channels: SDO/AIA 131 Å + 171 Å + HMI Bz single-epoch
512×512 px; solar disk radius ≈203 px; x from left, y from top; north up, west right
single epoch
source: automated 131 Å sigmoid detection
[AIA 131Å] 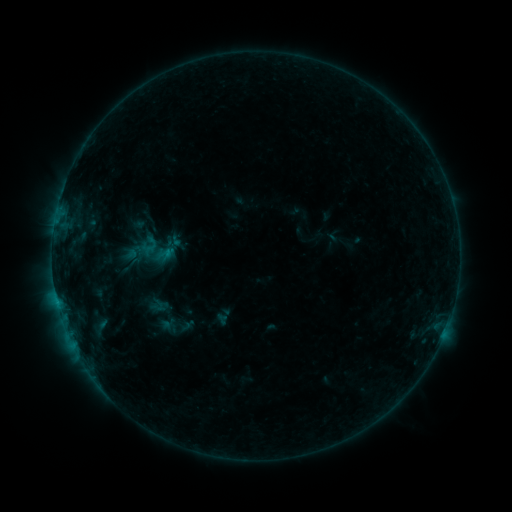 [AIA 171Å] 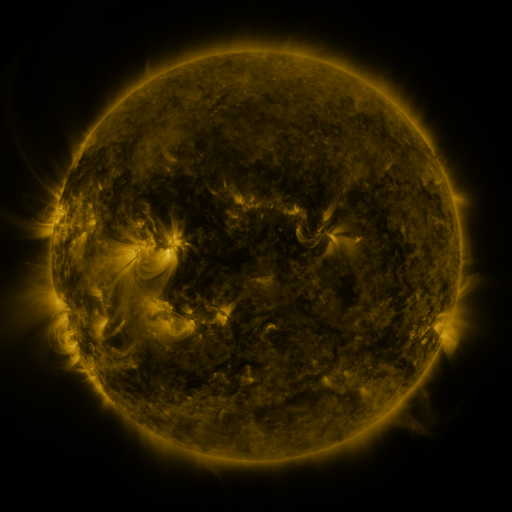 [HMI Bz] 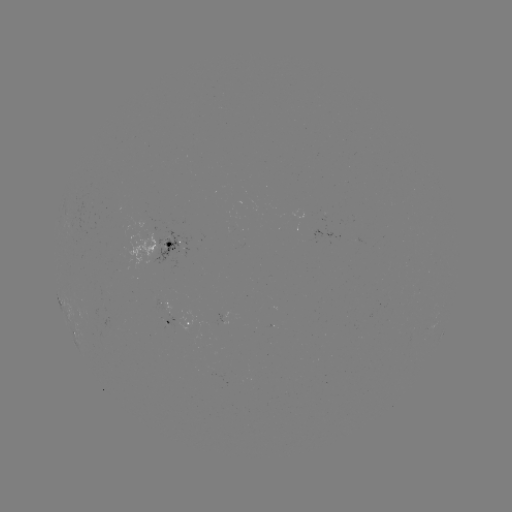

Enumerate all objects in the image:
sigmoid: <bbox>142, 236, 160, 255</bbox>
